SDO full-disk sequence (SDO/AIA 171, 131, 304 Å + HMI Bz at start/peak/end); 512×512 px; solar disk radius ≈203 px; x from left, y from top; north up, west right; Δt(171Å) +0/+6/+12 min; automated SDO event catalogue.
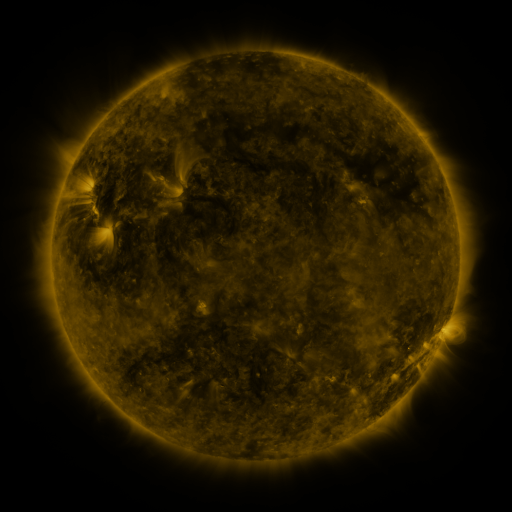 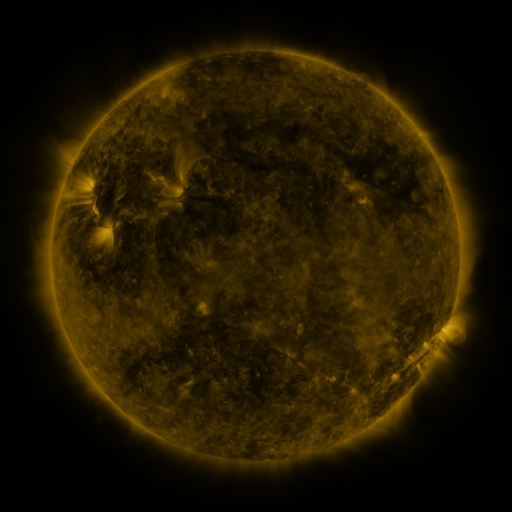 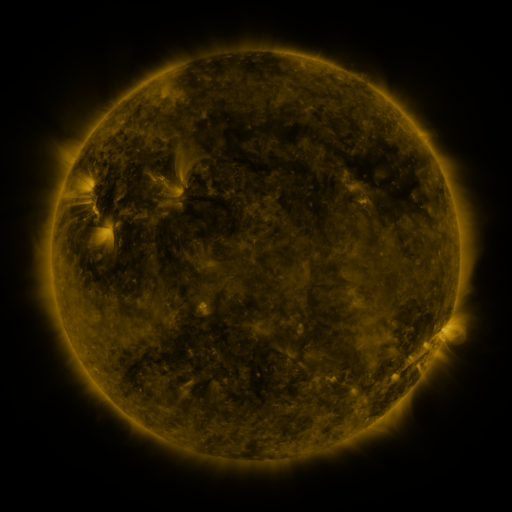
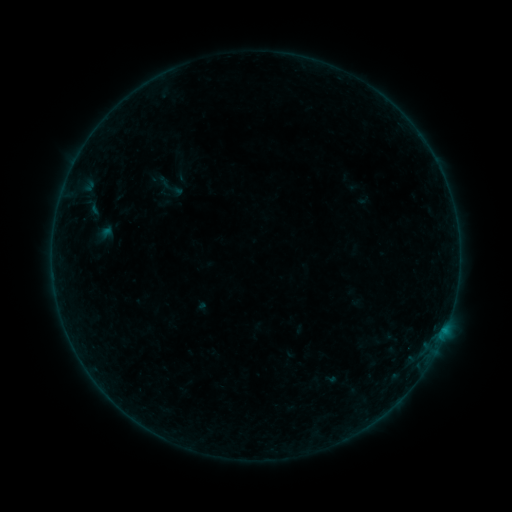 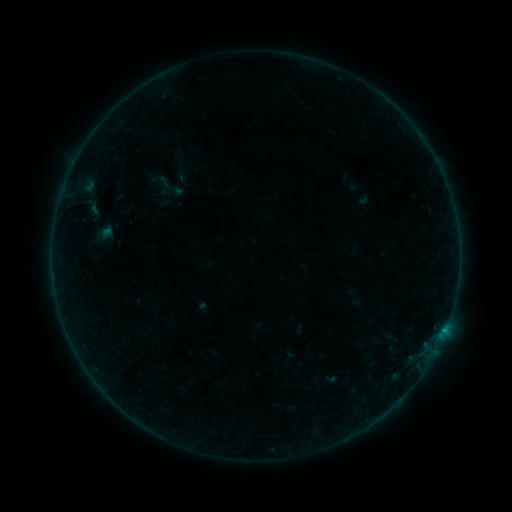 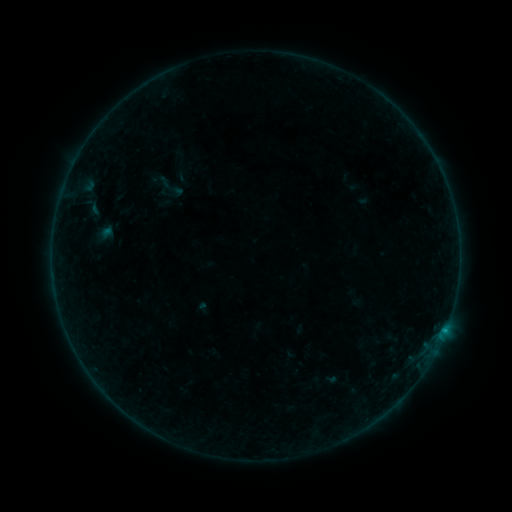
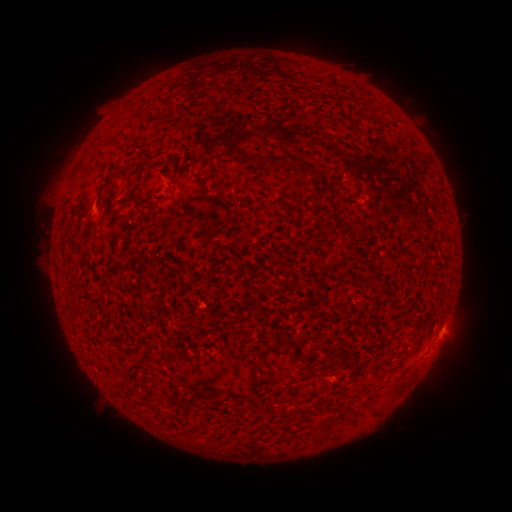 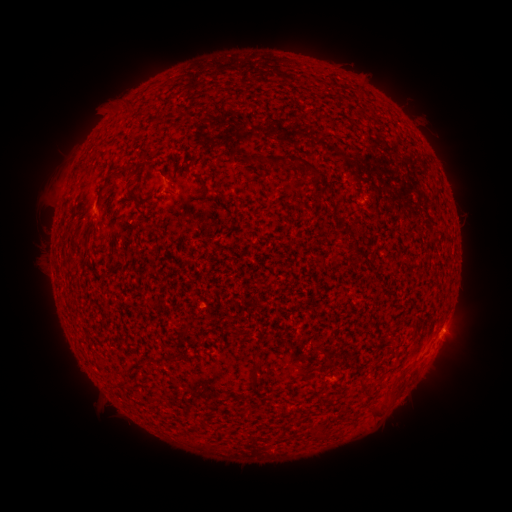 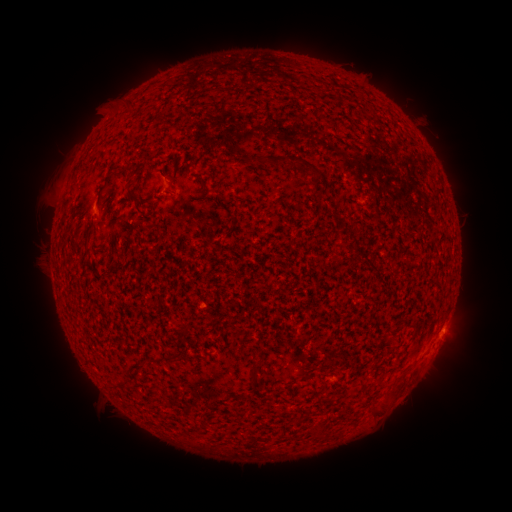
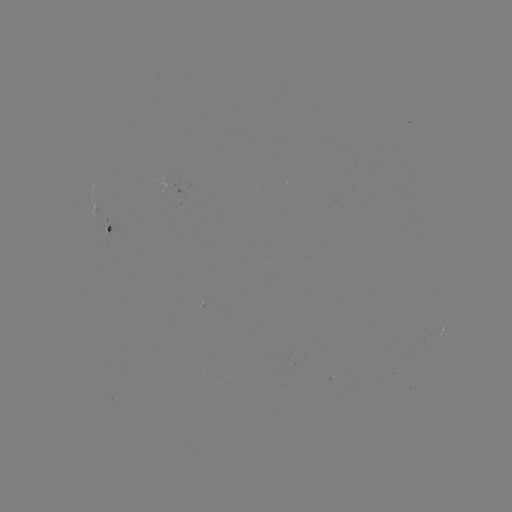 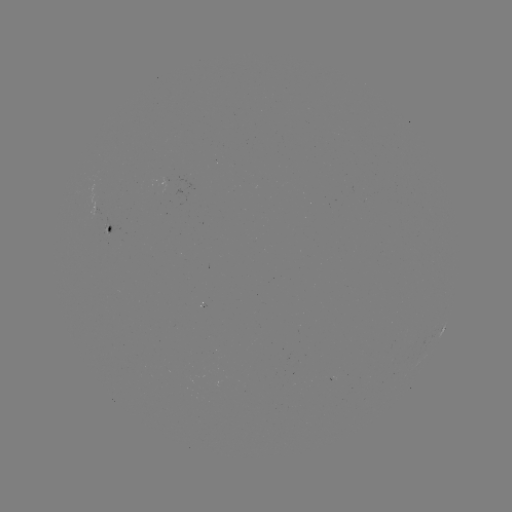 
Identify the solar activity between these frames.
B2.2 flare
